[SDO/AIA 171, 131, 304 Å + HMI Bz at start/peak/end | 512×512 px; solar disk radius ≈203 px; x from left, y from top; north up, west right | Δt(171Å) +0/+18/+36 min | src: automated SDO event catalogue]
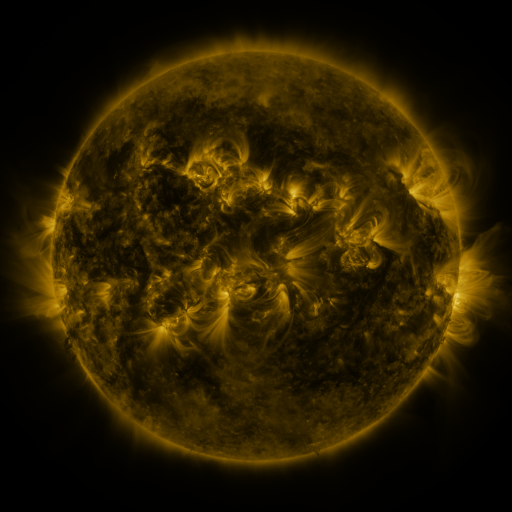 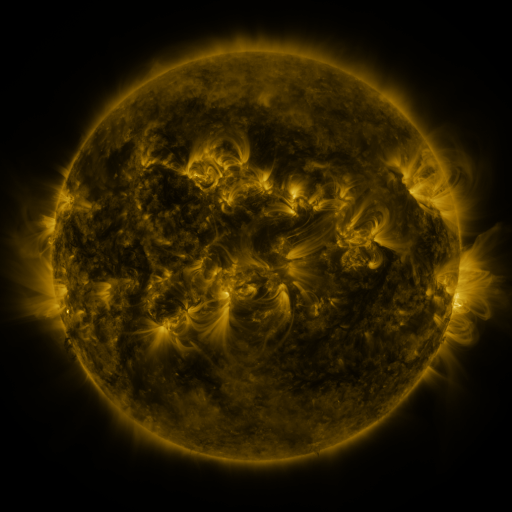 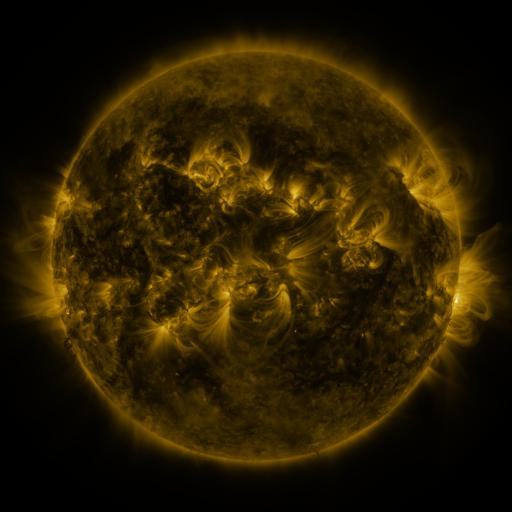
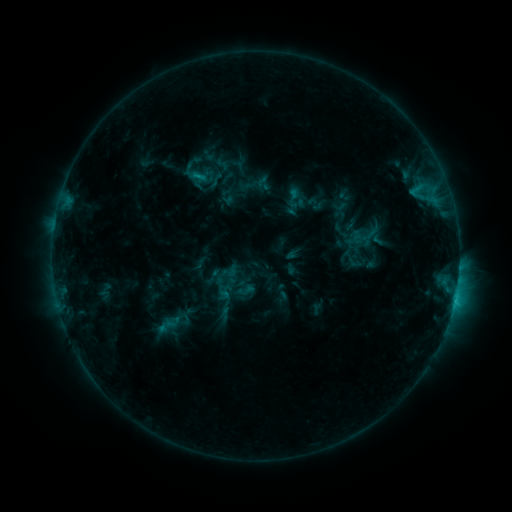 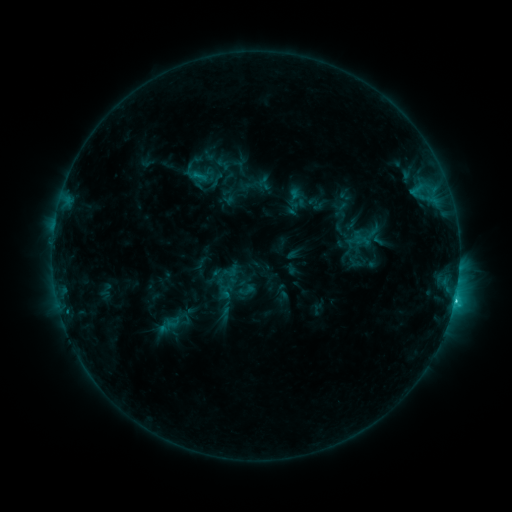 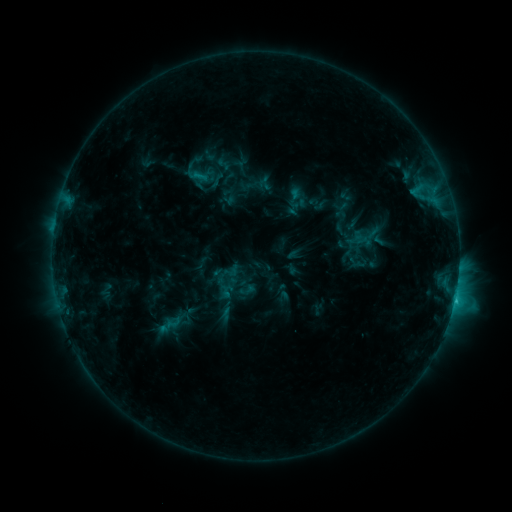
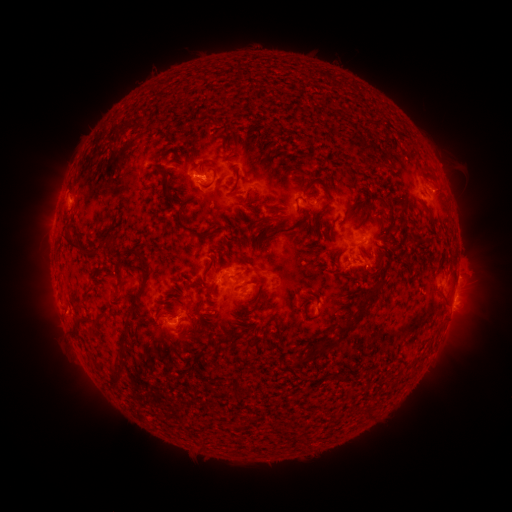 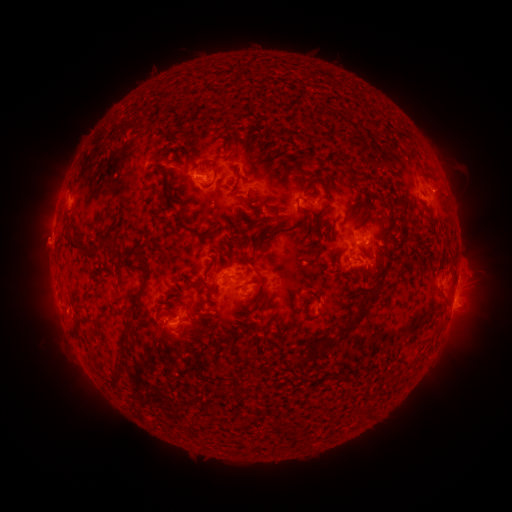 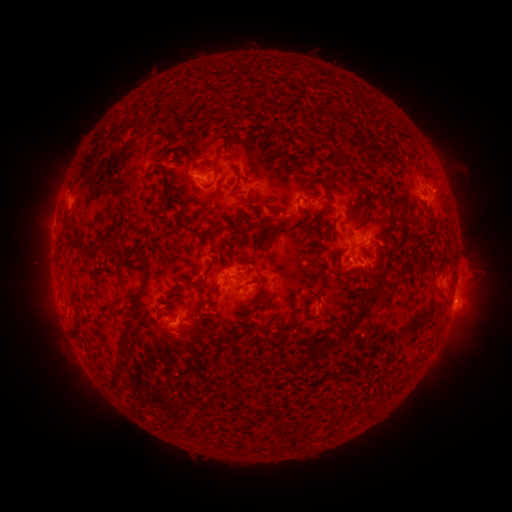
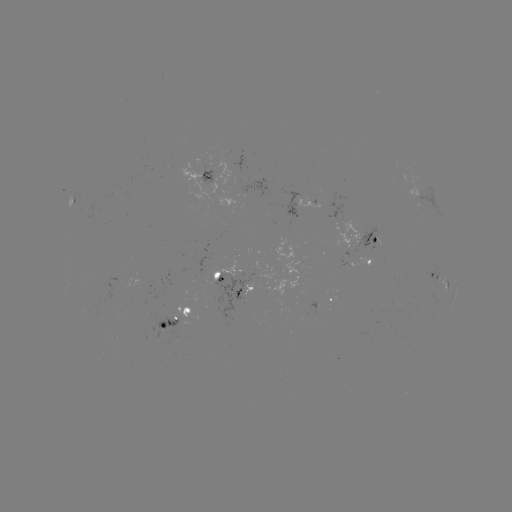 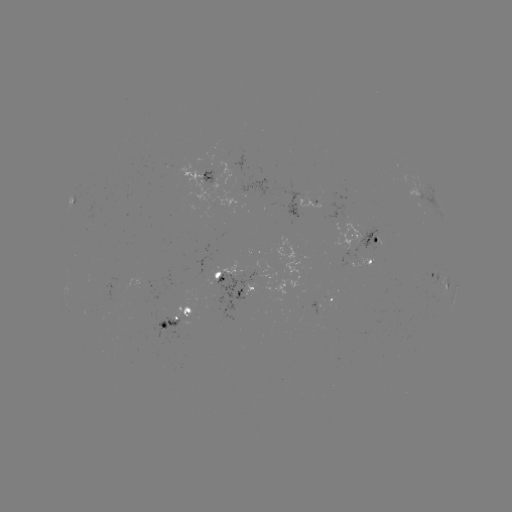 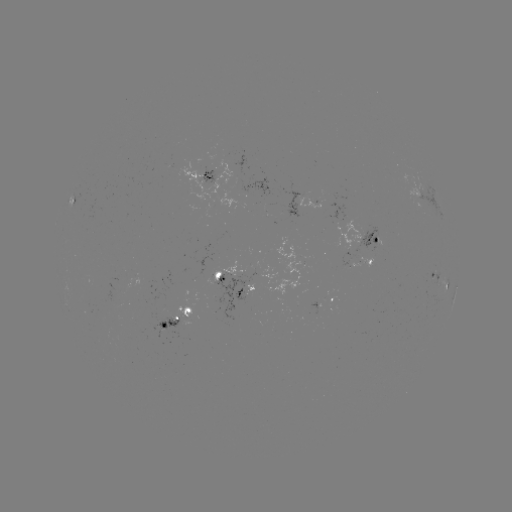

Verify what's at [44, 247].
eruption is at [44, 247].